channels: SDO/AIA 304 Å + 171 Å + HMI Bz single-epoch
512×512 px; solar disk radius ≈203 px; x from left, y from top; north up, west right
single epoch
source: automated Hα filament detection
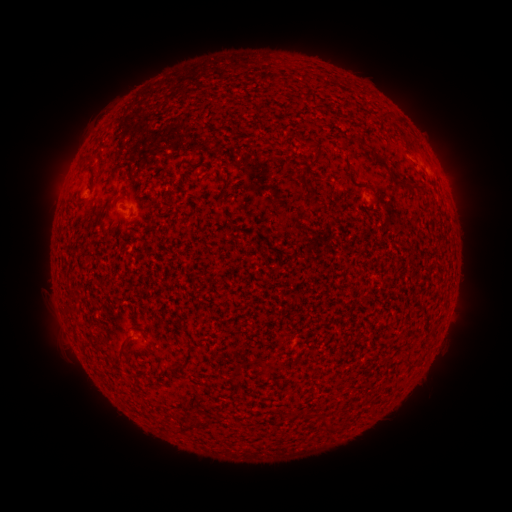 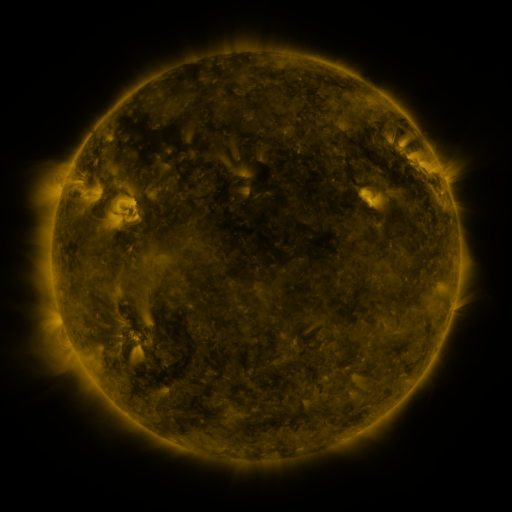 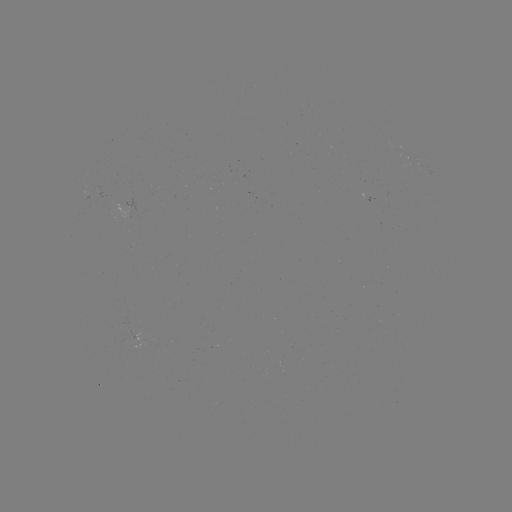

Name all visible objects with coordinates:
filament: (91, 157)
filament: (380, 163)
filament: (314, 164)
filament: (302, 183)
filament: (399, 185)
filament: (108, 203)
filament: (122, 345)
filament: (172, 368)
filament: (321, 423)
